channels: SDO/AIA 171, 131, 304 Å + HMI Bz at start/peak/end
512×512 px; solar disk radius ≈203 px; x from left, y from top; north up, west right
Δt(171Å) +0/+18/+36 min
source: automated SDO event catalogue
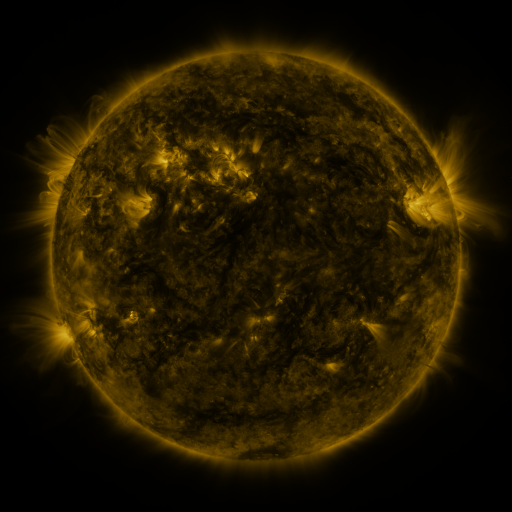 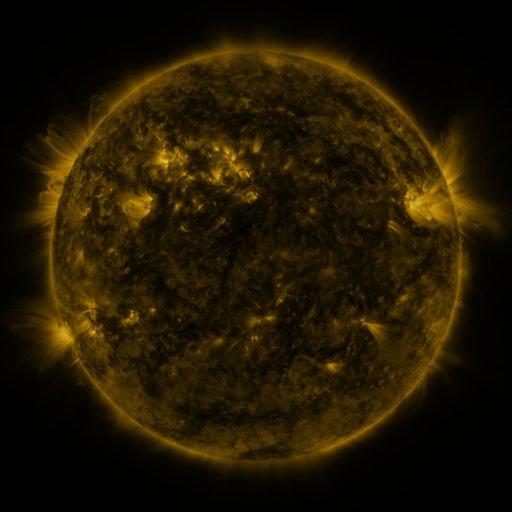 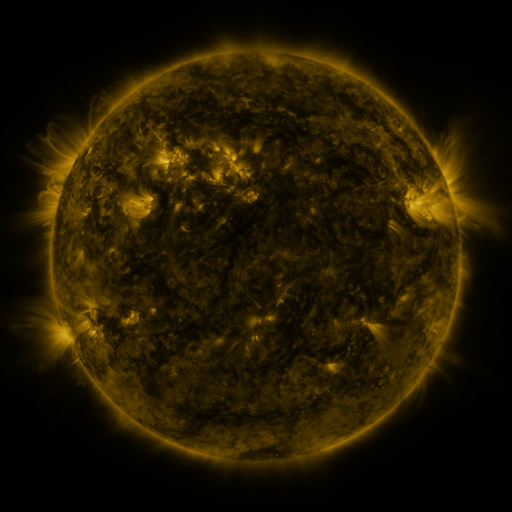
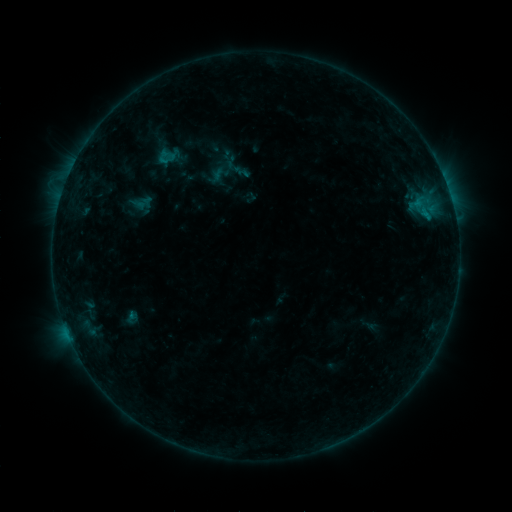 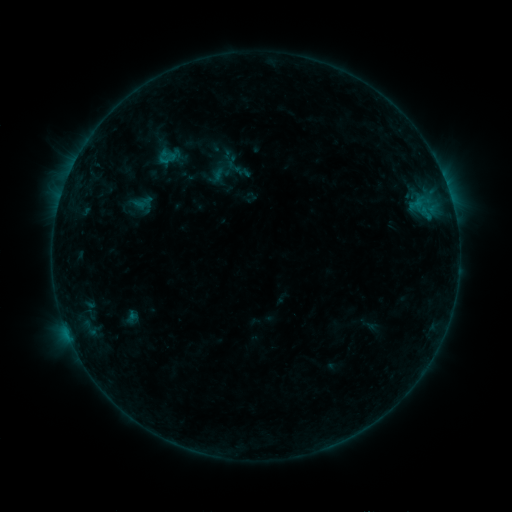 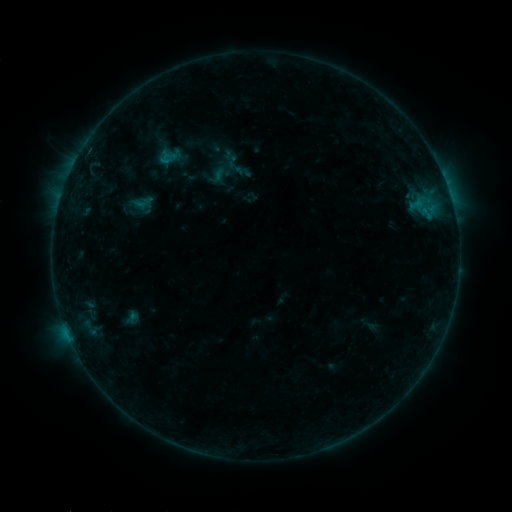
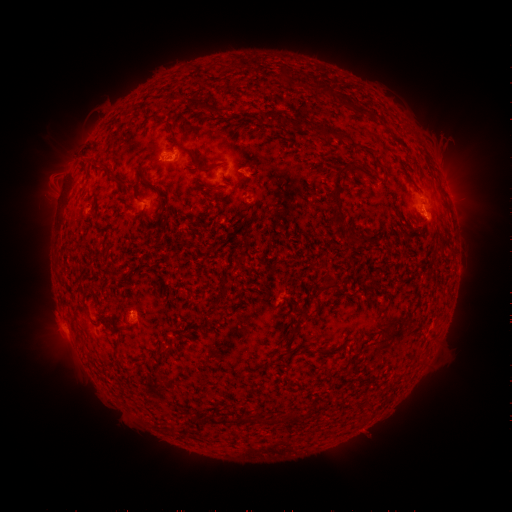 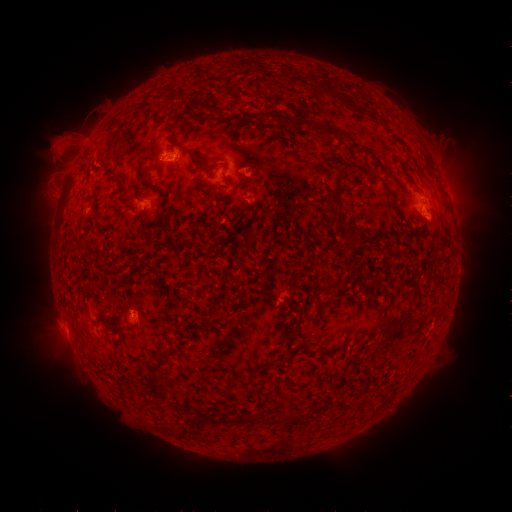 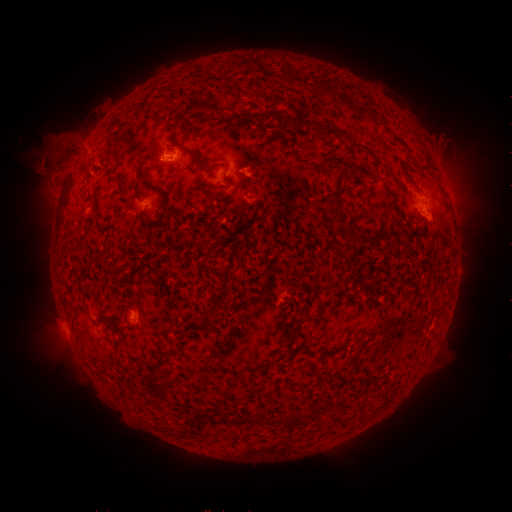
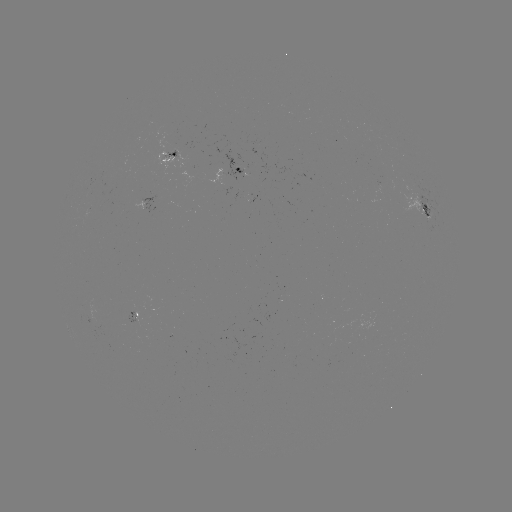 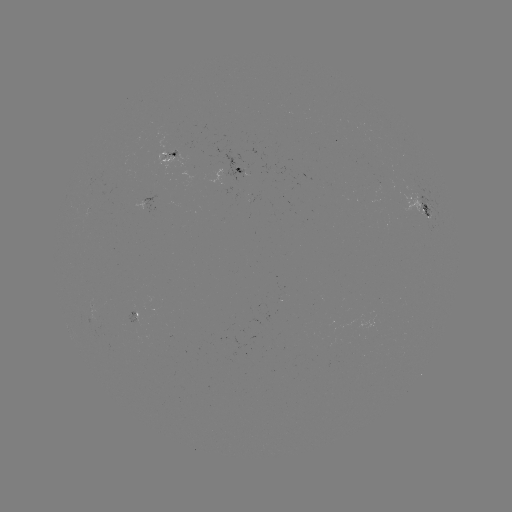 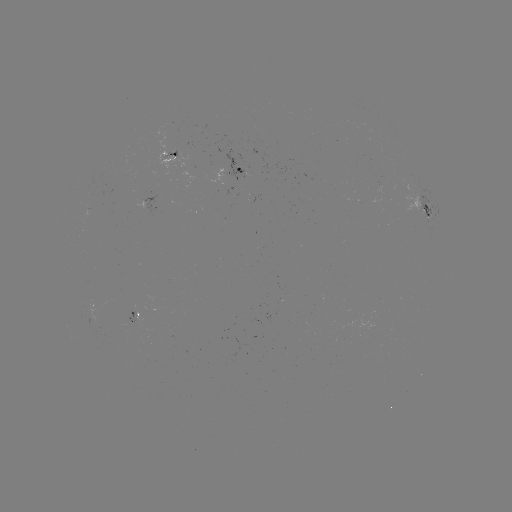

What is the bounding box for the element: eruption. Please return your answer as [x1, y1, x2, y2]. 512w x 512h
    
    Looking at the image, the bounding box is [26, 112, 104, 184].